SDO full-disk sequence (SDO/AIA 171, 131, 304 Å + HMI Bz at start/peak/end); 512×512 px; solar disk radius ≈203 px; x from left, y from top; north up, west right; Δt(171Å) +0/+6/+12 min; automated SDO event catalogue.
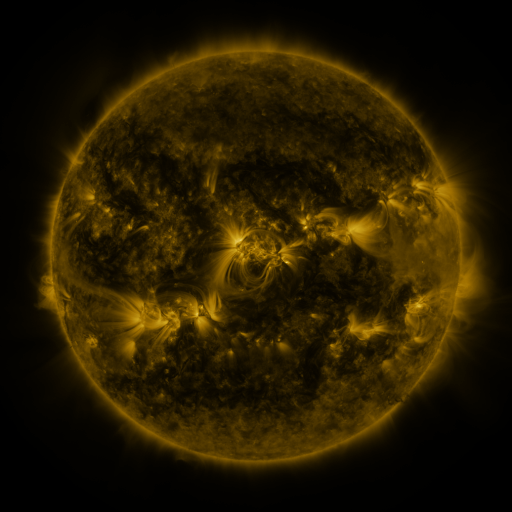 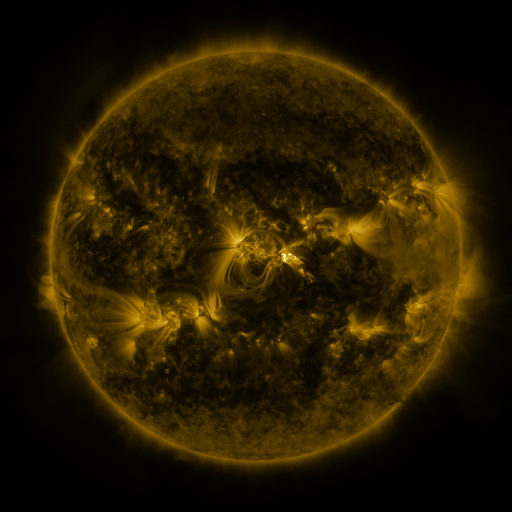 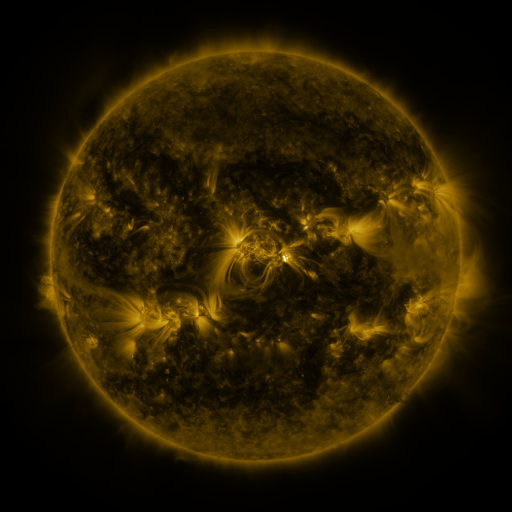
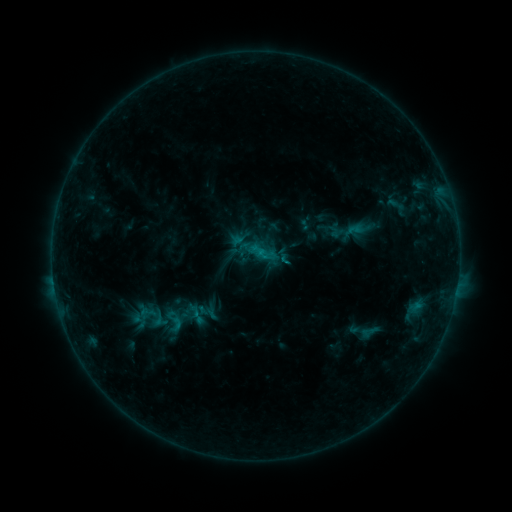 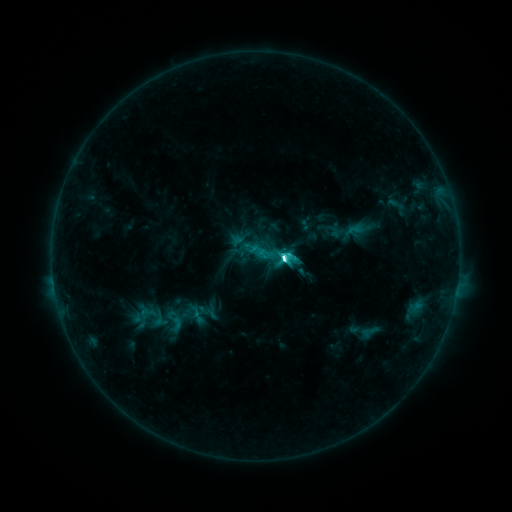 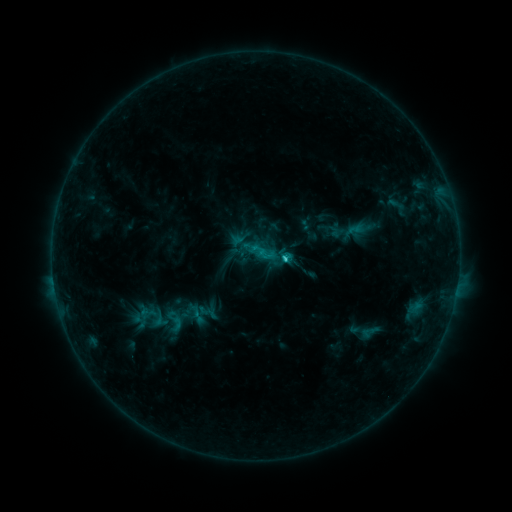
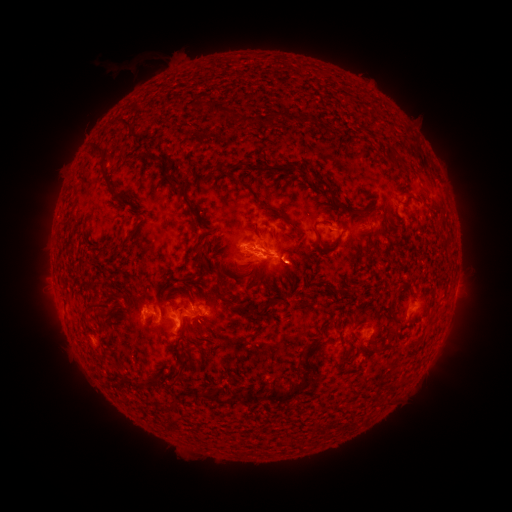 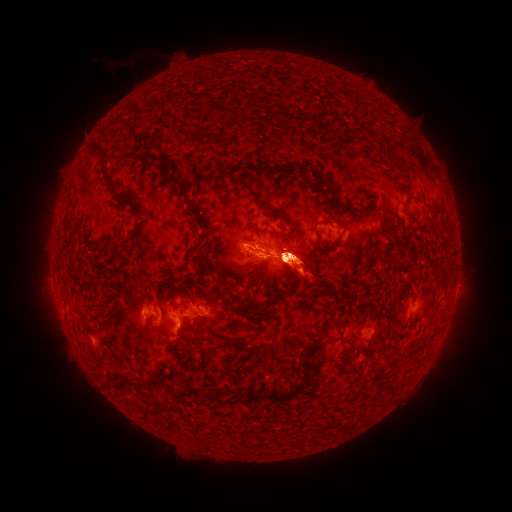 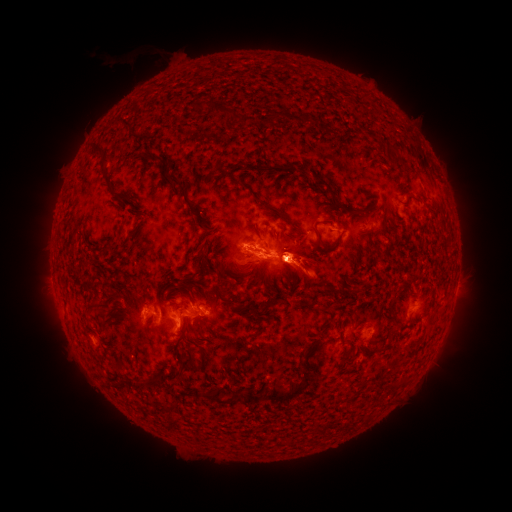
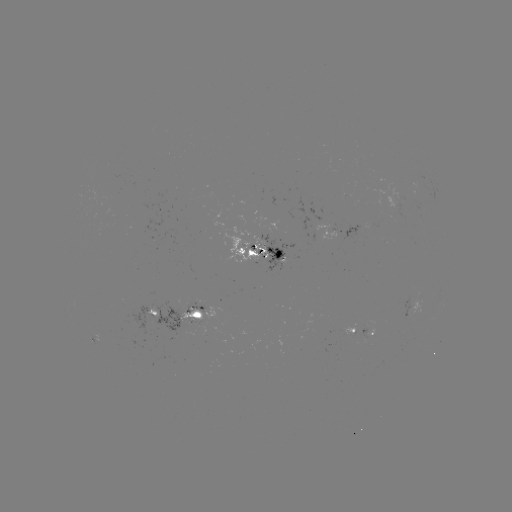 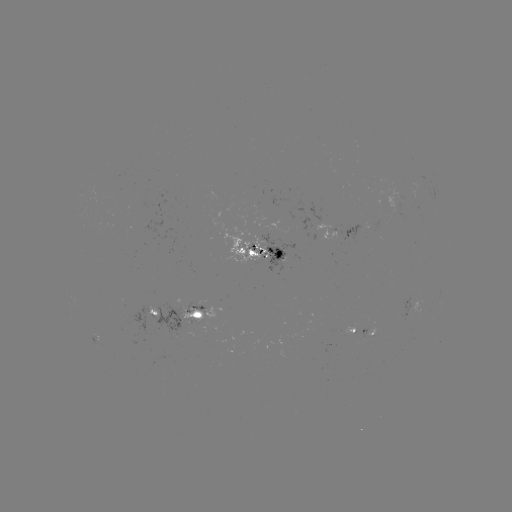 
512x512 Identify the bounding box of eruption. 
[374, 239, 404, 287].